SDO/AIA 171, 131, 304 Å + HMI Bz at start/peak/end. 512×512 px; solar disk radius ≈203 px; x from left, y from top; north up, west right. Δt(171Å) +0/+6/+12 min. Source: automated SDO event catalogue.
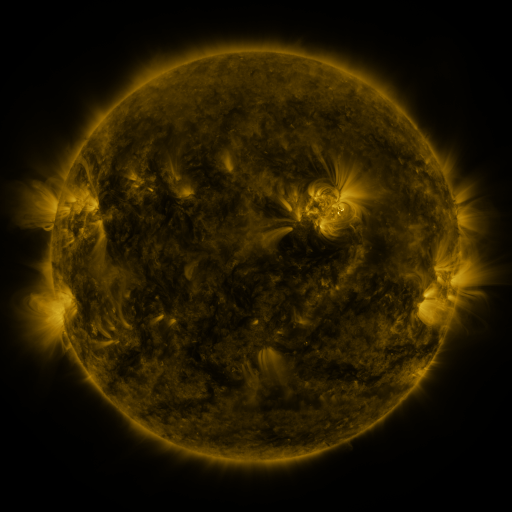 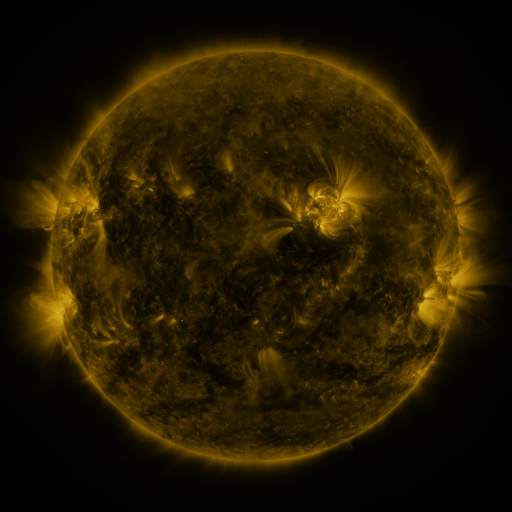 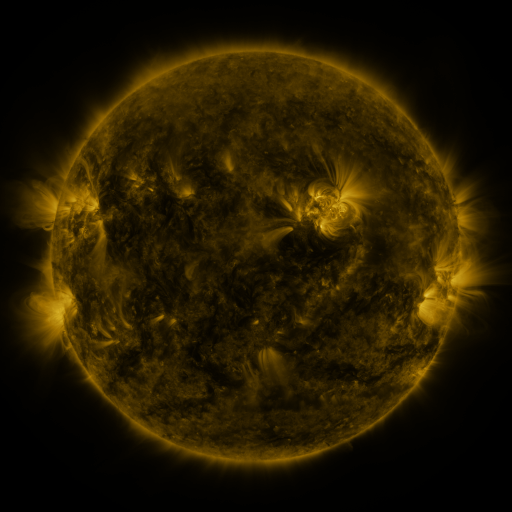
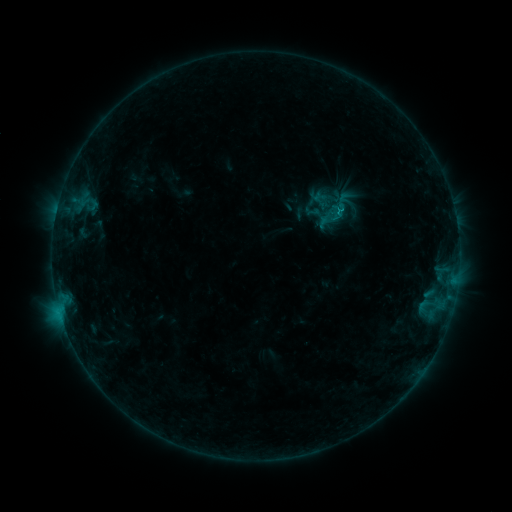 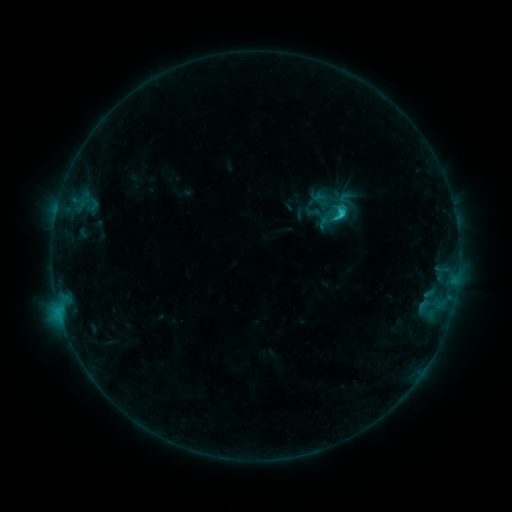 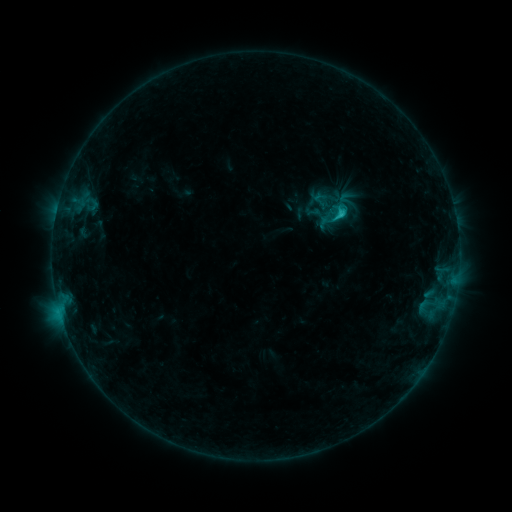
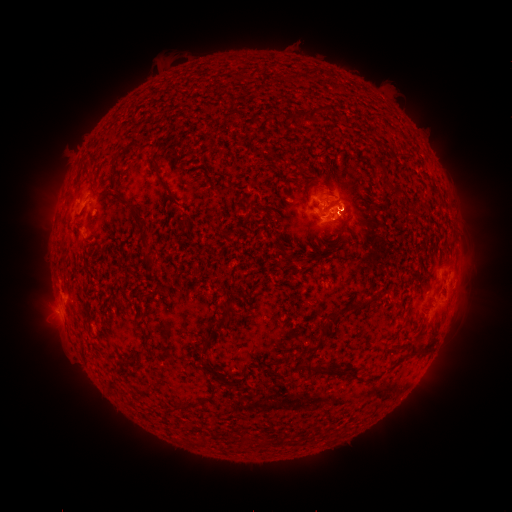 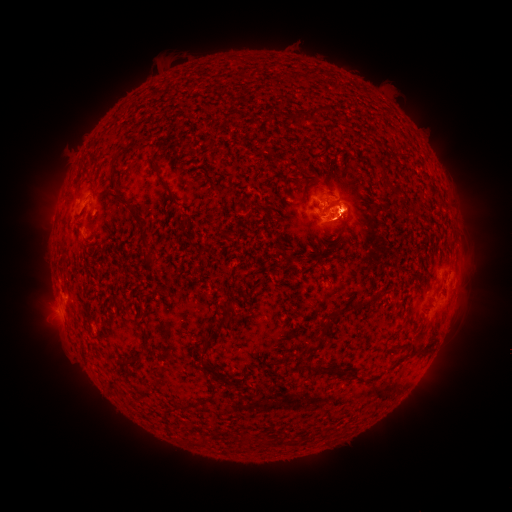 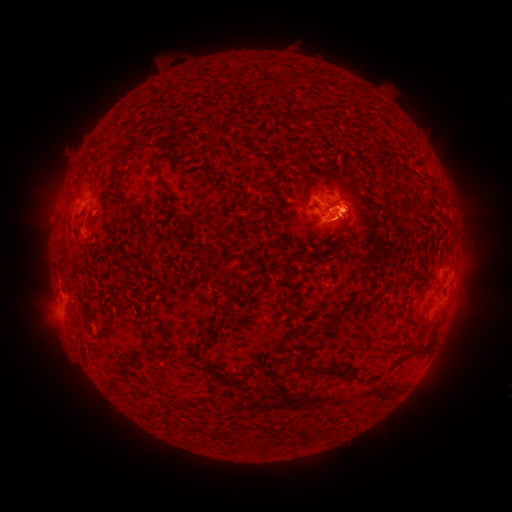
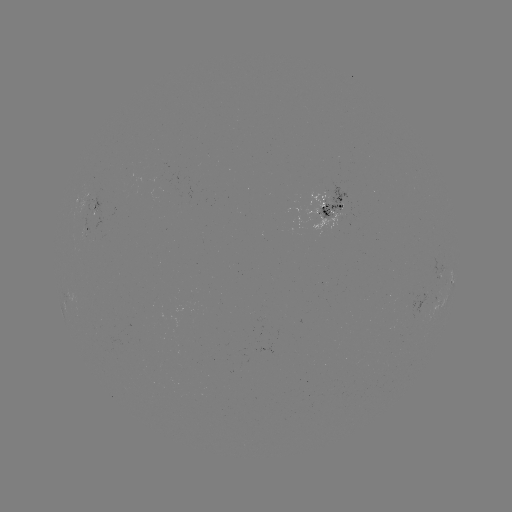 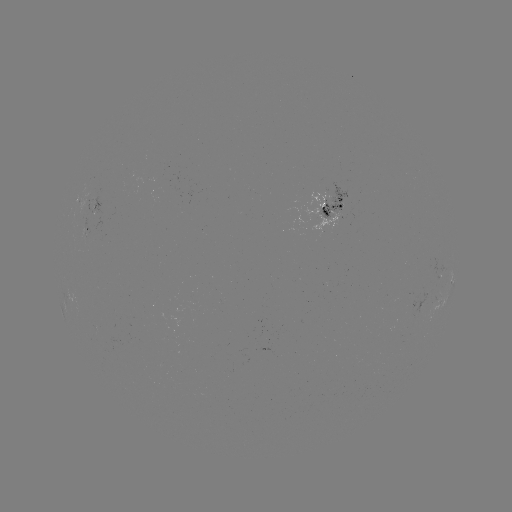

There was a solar eruption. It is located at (52, 301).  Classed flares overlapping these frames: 1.